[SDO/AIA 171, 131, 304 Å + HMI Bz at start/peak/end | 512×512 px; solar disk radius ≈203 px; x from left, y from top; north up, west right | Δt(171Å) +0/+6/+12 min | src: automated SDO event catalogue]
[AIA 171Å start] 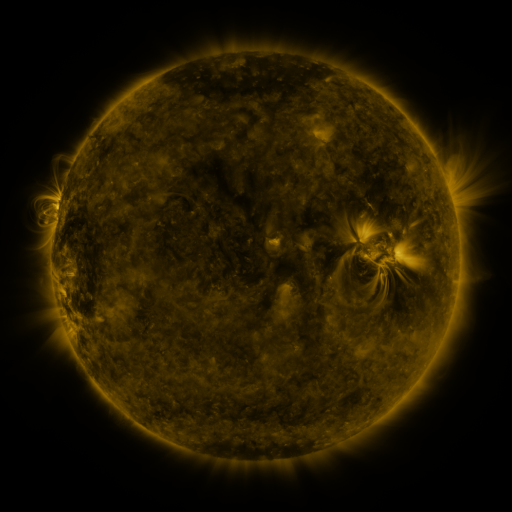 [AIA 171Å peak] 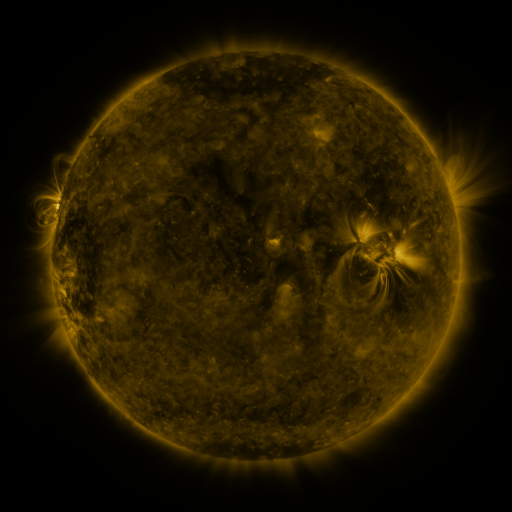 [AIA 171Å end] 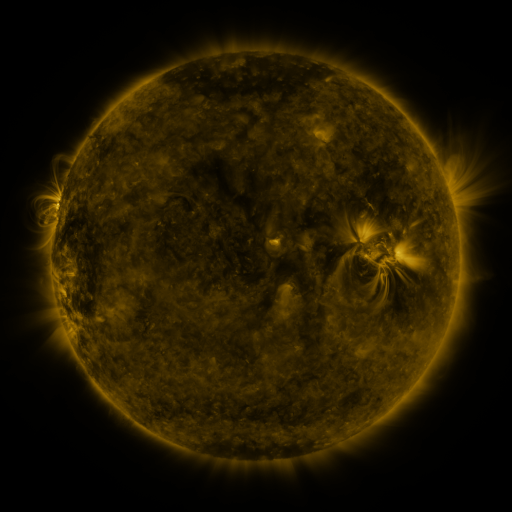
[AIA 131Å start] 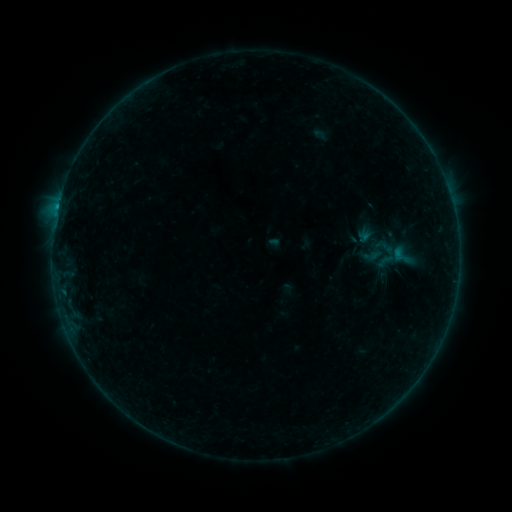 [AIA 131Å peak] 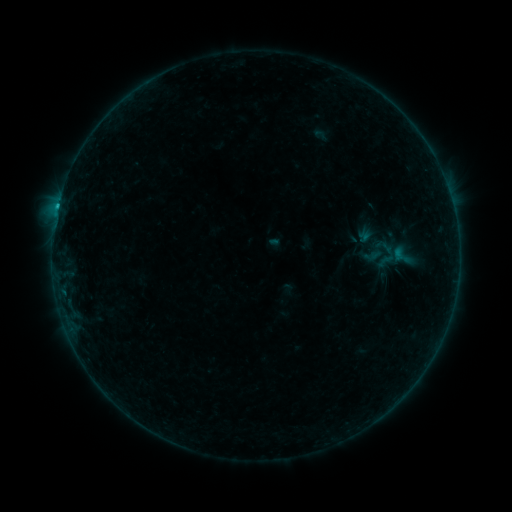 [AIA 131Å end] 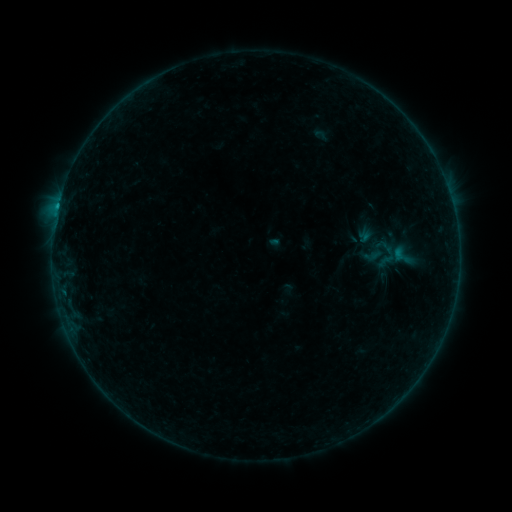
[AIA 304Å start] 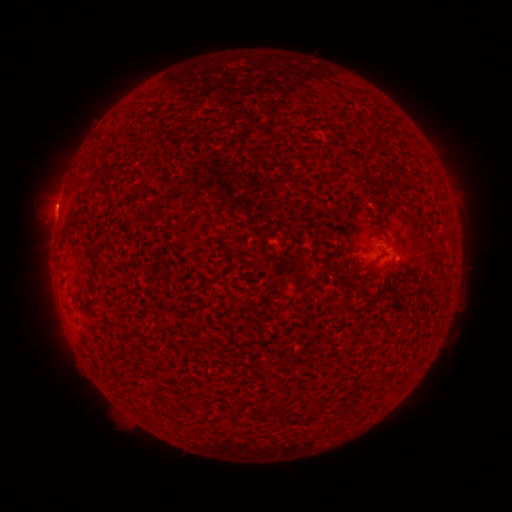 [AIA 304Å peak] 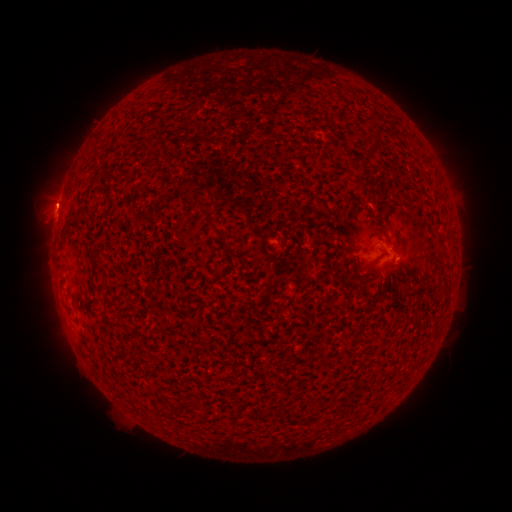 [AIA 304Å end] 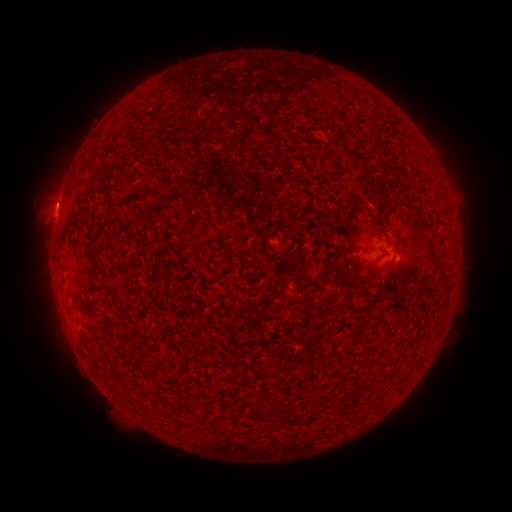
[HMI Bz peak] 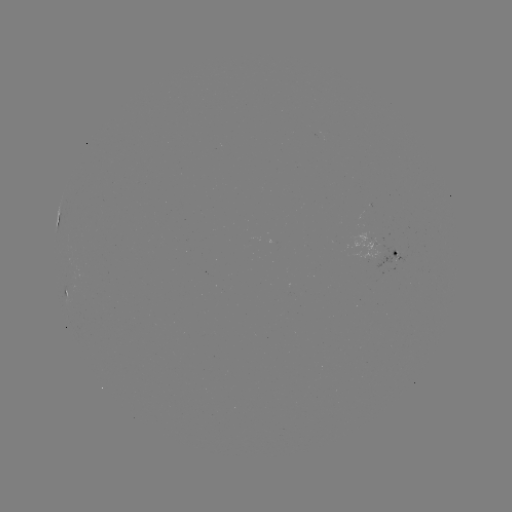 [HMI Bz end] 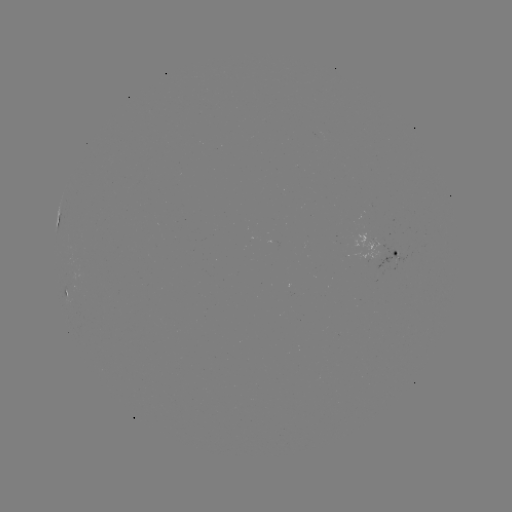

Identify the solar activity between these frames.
B4.2 flare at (58, 208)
